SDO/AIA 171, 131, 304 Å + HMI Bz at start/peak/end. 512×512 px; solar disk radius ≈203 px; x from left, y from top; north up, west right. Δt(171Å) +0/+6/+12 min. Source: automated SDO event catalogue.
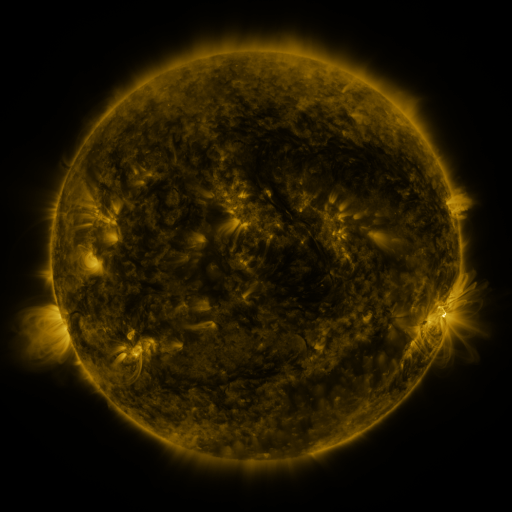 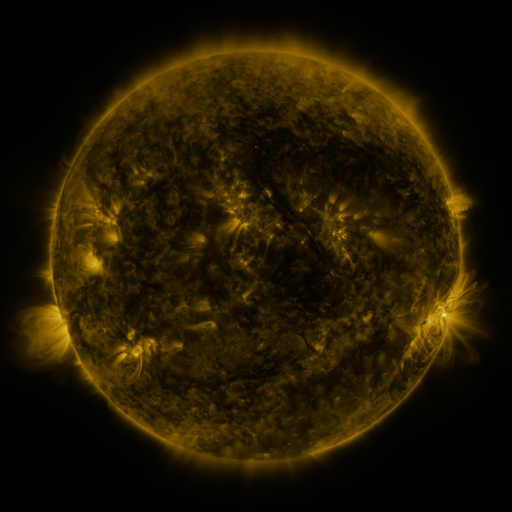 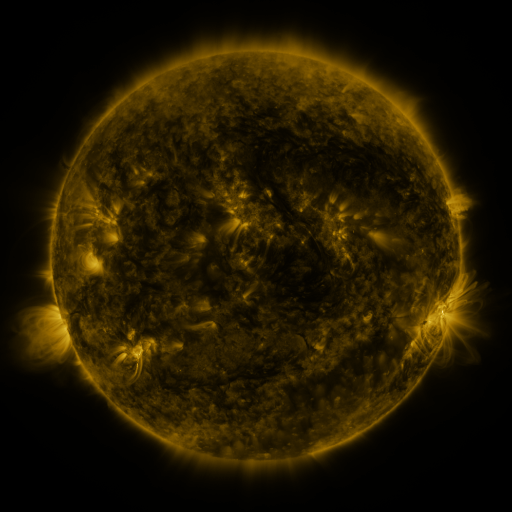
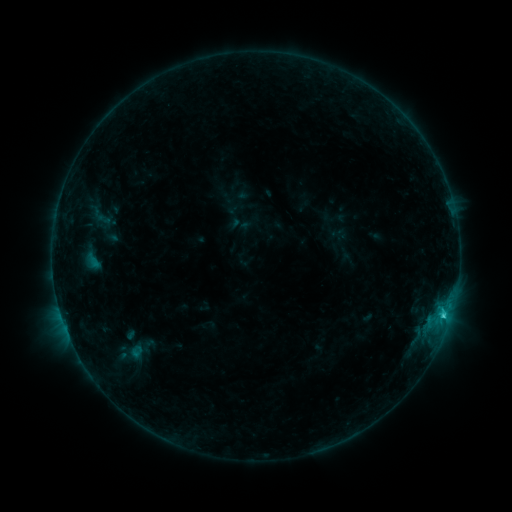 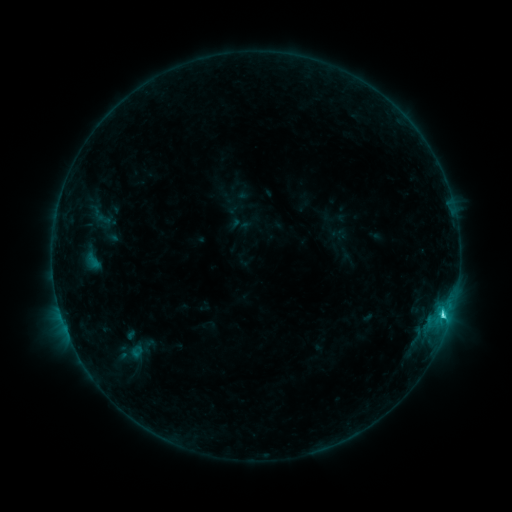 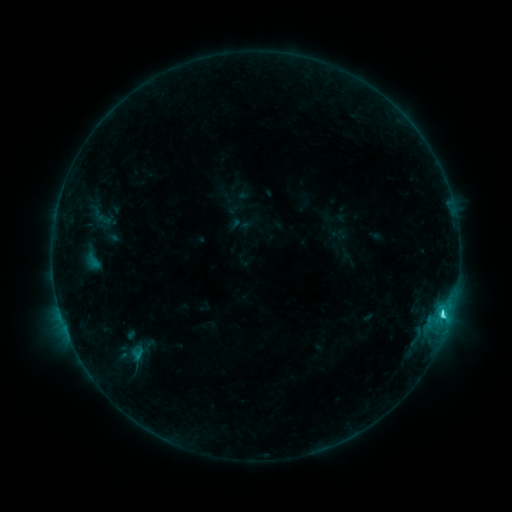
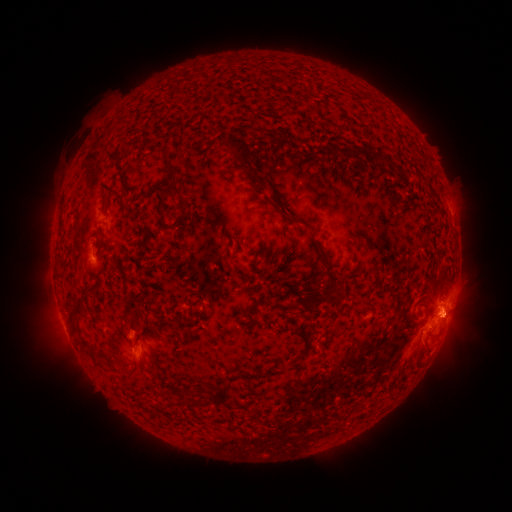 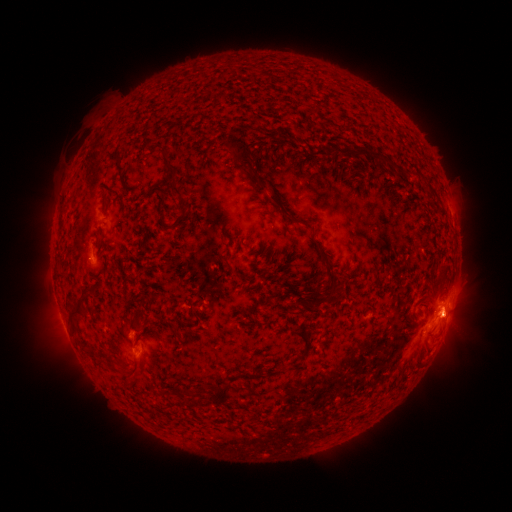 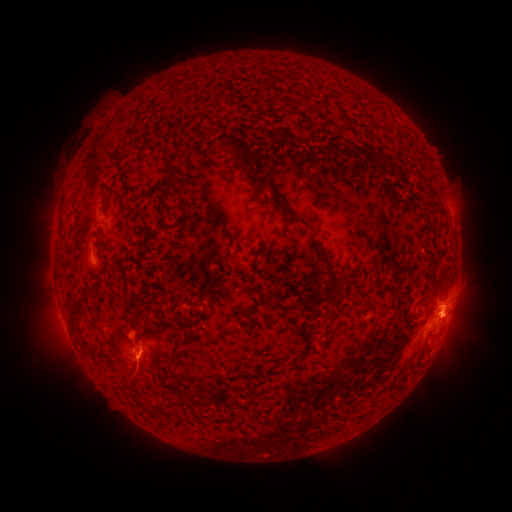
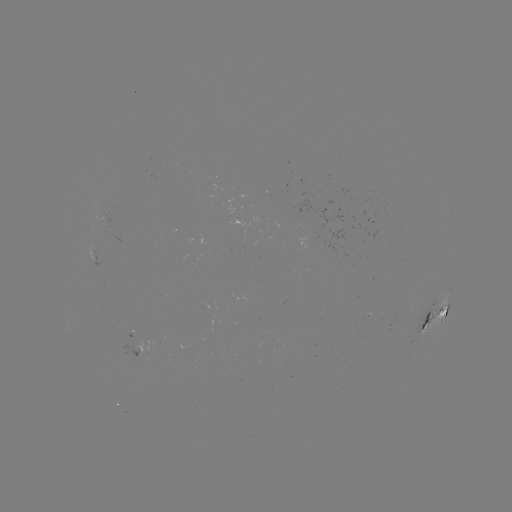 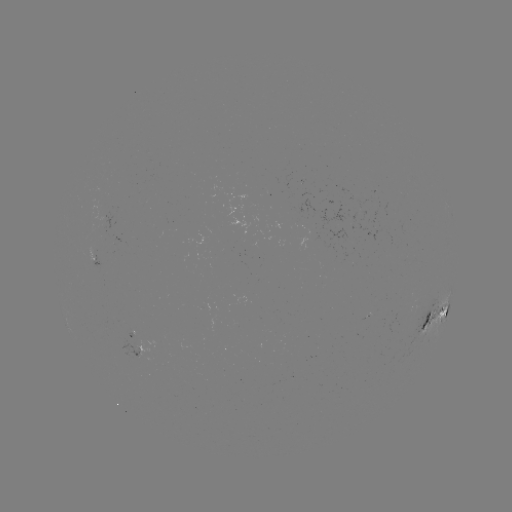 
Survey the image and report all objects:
C4.6 flare: (442, 312)
